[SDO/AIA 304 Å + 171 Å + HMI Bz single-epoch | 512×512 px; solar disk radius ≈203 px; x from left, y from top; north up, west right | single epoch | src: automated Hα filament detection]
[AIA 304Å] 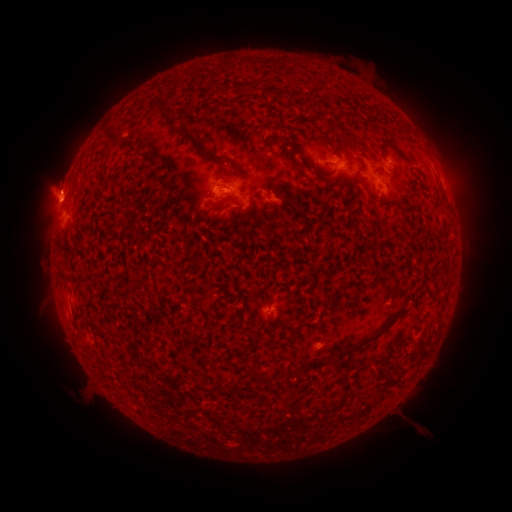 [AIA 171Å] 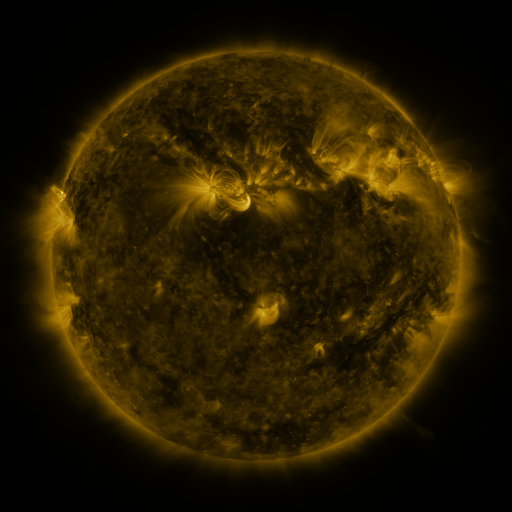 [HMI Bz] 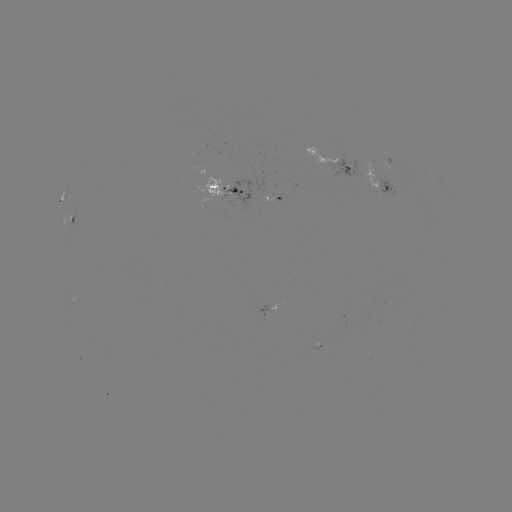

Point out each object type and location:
filament: (385, 144)
filament: (333, 146)
filament: (212, 155)
filament: (235, 169)
filament: (221, 208)
filament: (200, 213)
filament: (151, 296)
filament: (378, 334)
